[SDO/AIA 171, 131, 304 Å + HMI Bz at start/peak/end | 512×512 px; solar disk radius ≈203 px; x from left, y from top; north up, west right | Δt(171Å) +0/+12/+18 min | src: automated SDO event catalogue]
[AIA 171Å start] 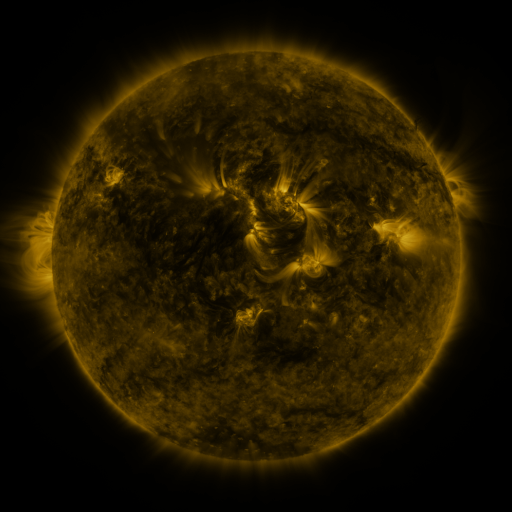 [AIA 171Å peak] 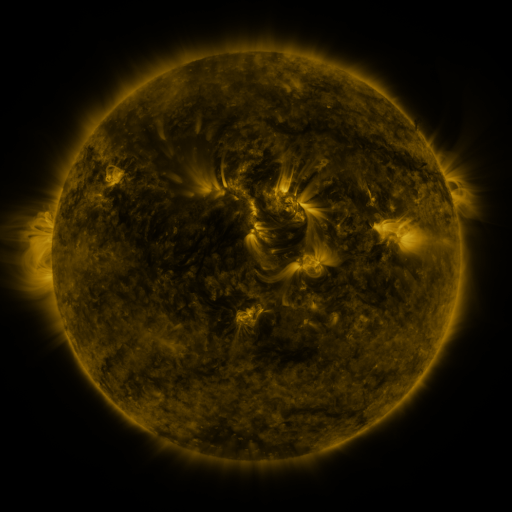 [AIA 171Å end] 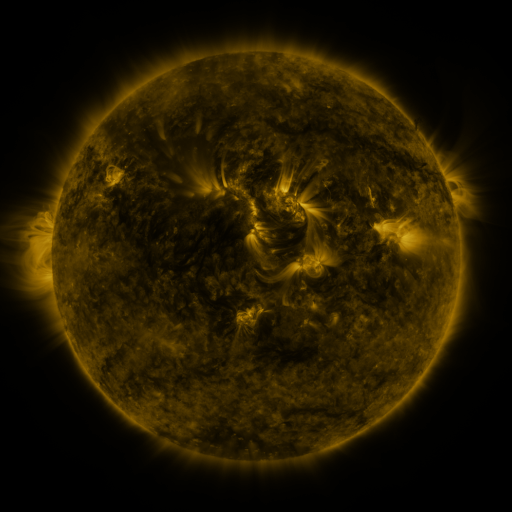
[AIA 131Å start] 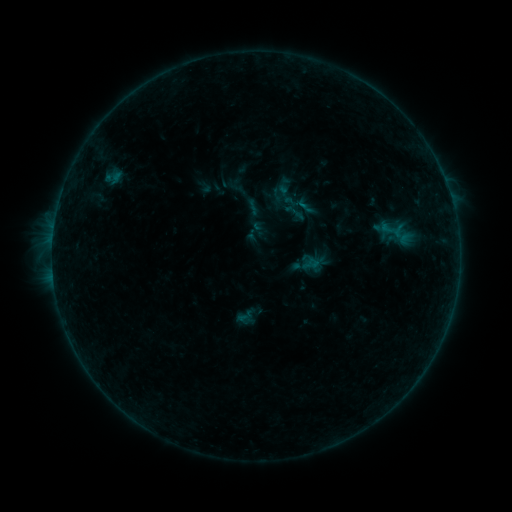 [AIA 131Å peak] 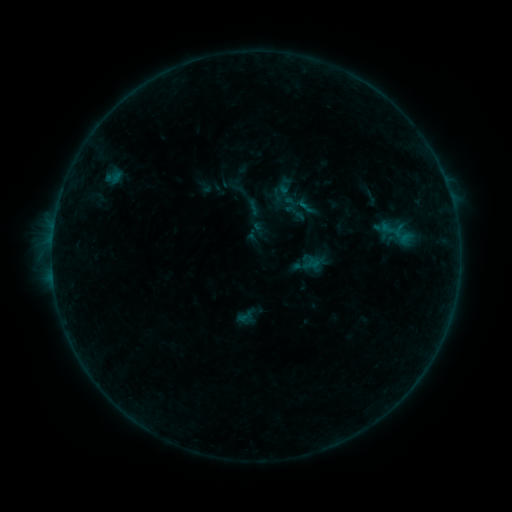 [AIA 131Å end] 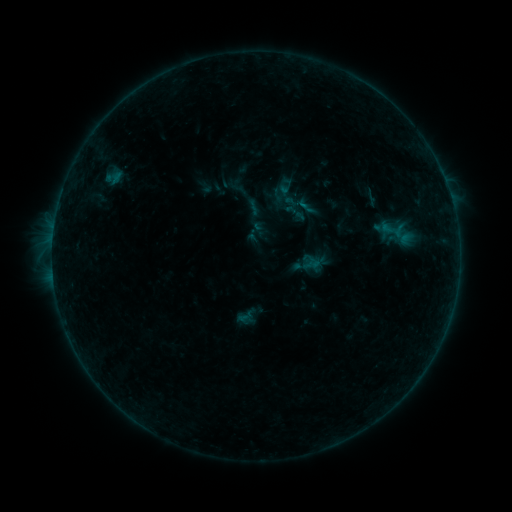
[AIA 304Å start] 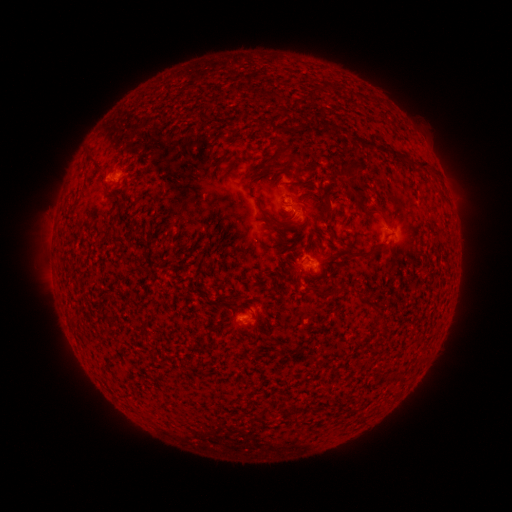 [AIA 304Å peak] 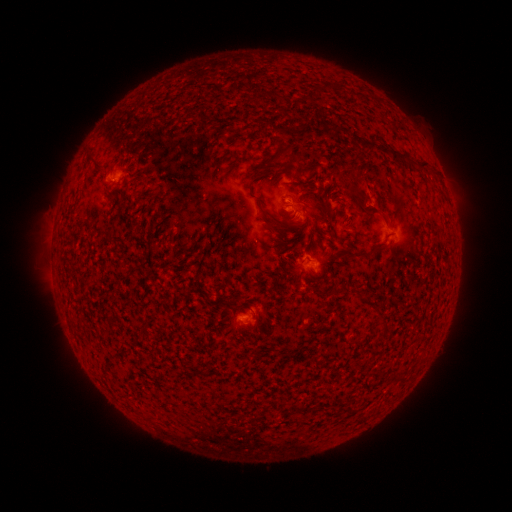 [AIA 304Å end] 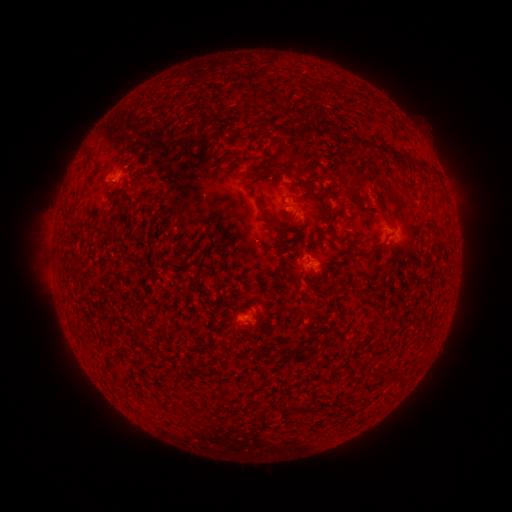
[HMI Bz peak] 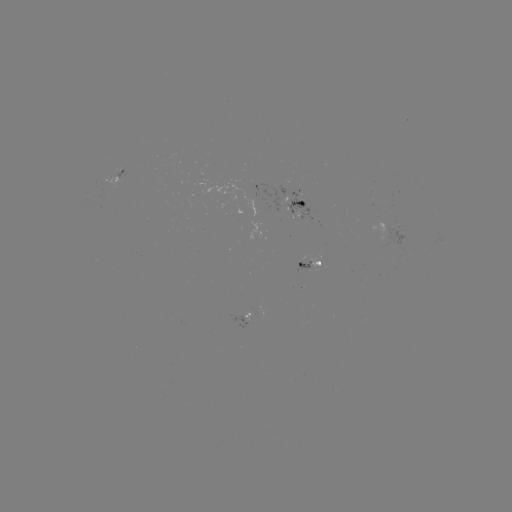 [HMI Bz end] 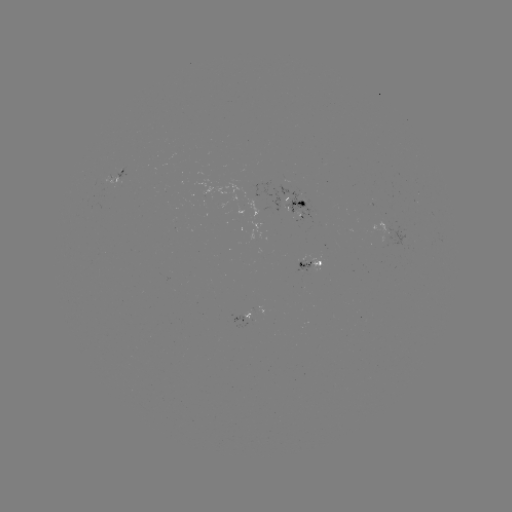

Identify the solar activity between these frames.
eruption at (360, 182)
